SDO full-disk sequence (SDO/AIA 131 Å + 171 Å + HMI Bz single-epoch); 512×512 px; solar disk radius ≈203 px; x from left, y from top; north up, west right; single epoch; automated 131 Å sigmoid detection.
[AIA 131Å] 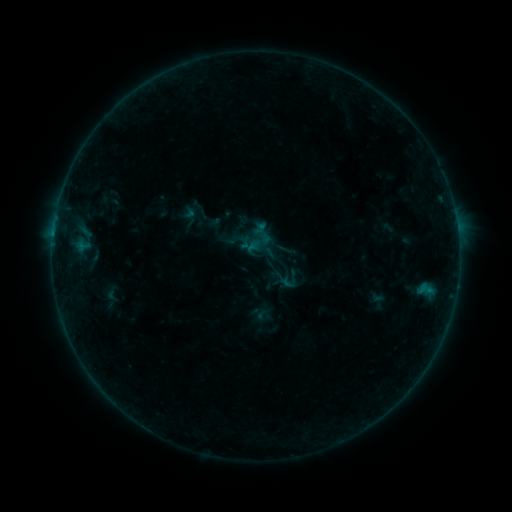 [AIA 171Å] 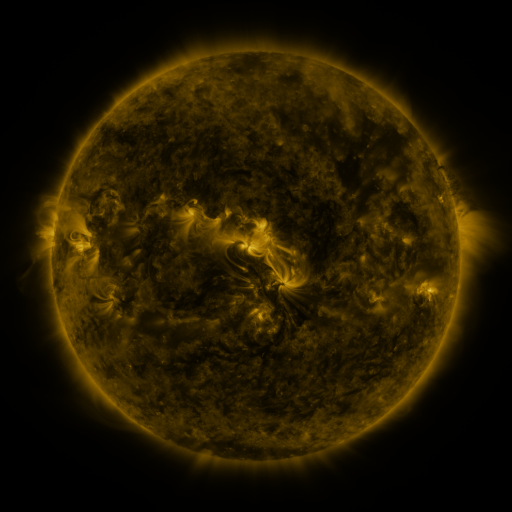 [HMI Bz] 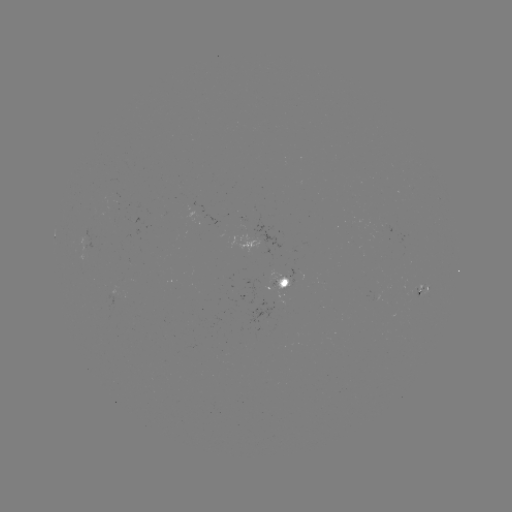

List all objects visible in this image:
sigmoid: (292, 279)
